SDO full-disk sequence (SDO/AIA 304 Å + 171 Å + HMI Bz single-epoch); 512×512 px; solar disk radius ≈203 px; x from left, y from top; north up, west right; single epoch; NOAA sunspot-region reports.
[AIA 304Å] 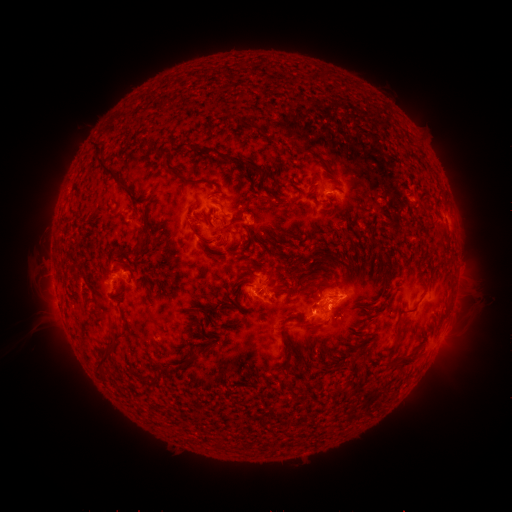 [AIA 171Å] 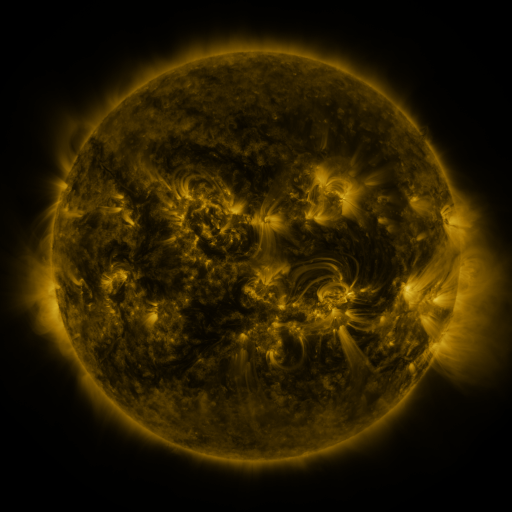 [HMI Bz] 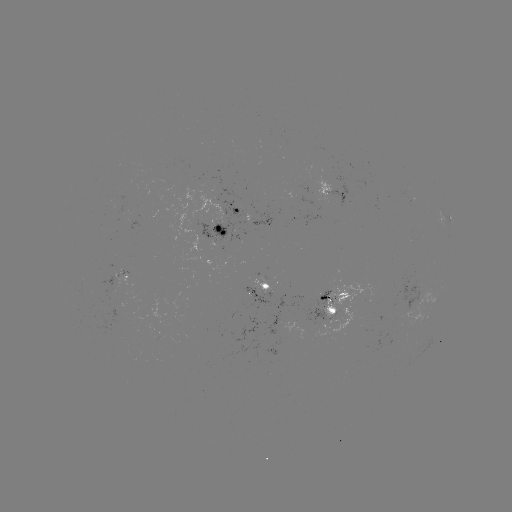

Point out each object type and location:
spotted active region: (332, 193)
spotted active region: (238, 210)
spotted active region: (445, 219)
spotted active region: (259, 220)
spotted active region: (220, 227)
spotted active region: (120, 278)
spotted active region: (263, 288)
spotted active region: (336, 305)
spotted active region: (445, 328)
